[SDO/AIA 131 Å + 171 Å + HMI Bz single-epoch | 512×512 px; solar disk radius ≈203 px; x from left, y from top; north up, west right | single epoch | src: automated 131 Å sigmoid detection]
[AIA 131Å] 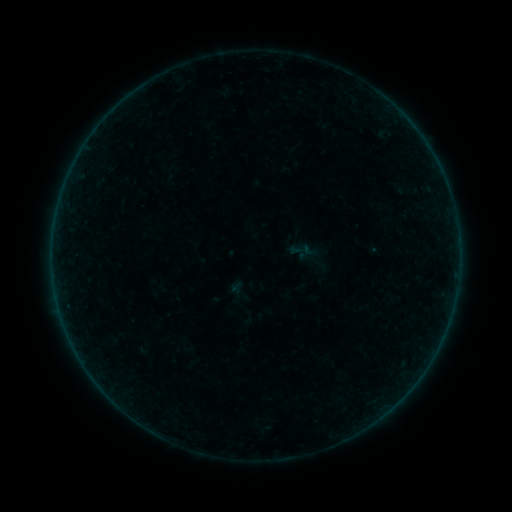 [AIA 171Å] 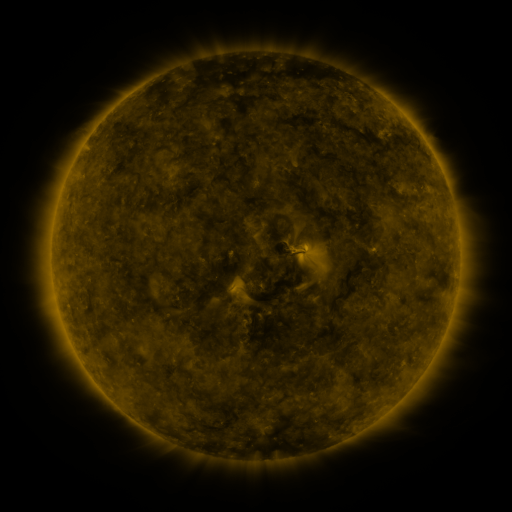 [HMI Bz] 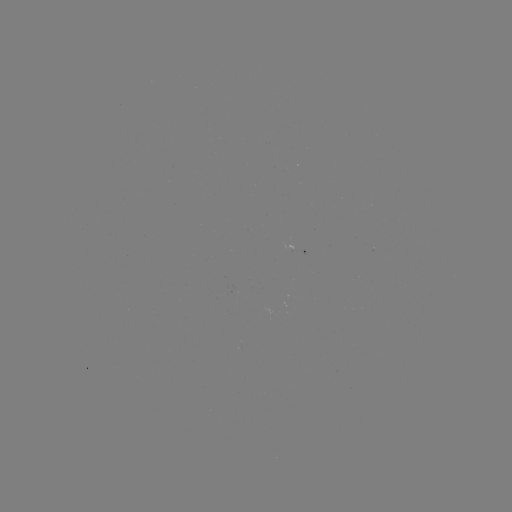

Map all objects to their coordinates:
sigmoid: (239, 290)
sigmoid: (249, 318)
